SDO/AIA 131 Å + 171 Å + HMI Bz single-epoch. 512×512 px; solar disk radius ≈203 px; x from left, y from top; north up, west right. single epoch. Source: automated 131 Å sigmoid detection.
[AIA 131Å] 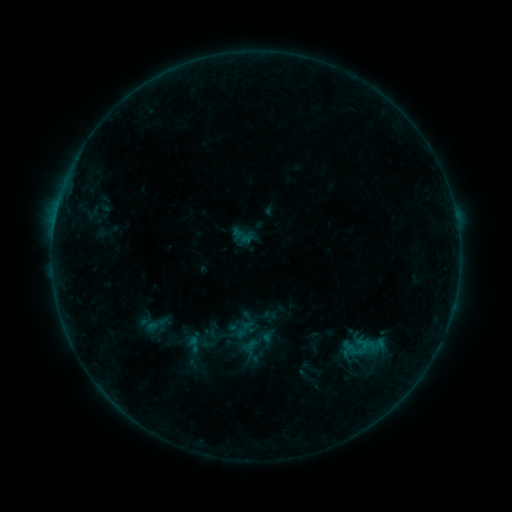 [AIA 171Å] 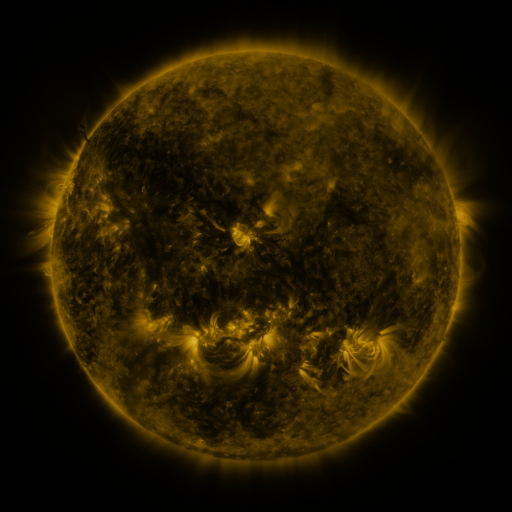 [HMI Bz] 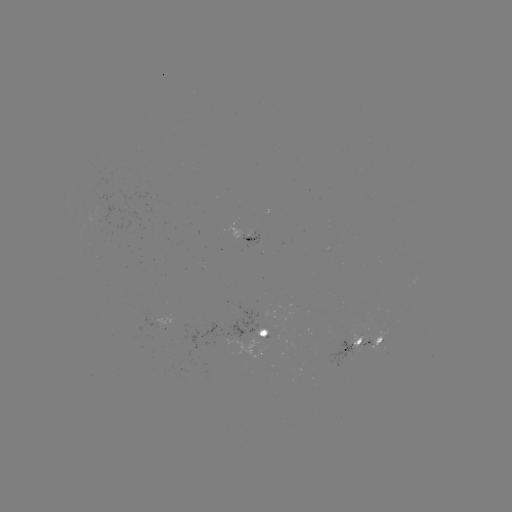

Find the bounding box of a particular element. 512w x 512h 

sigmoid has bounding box [342, 330, 377, 366].